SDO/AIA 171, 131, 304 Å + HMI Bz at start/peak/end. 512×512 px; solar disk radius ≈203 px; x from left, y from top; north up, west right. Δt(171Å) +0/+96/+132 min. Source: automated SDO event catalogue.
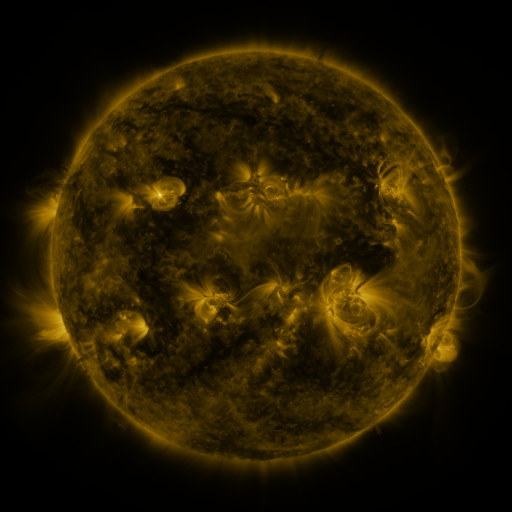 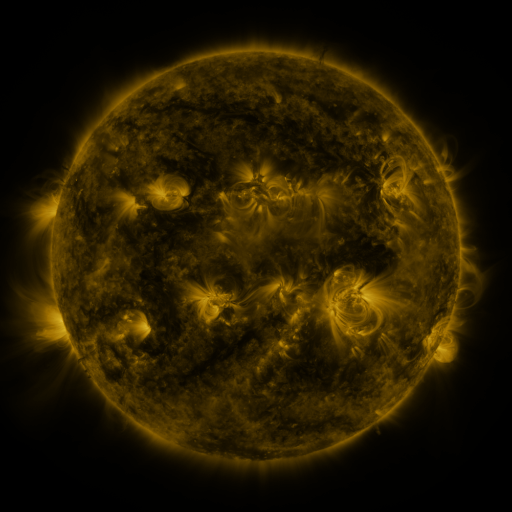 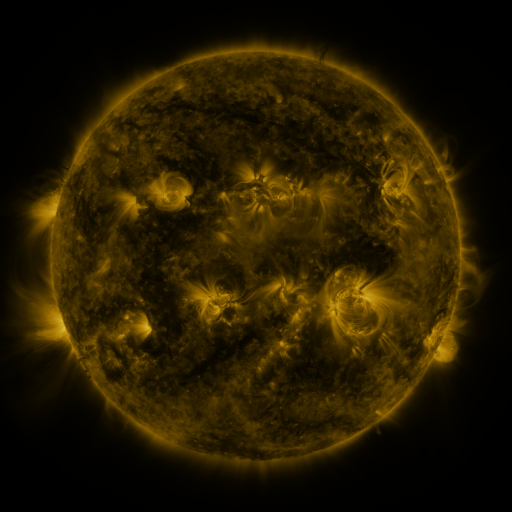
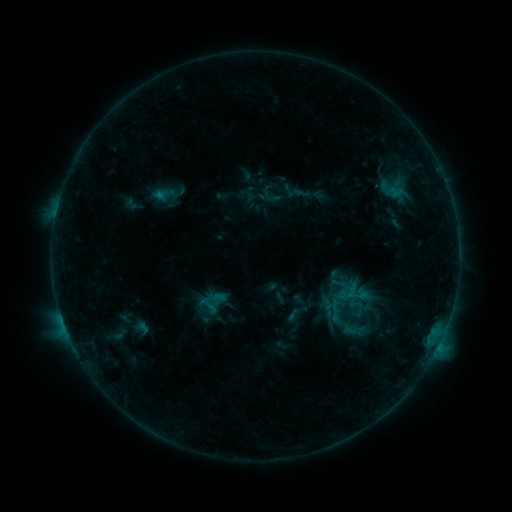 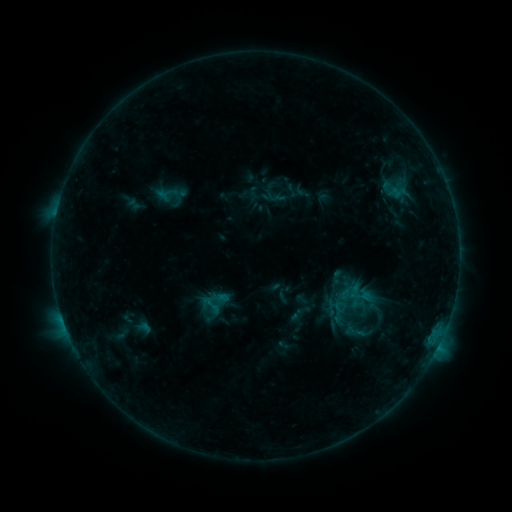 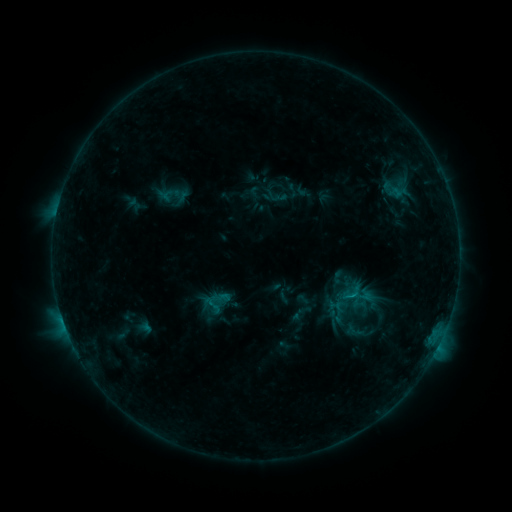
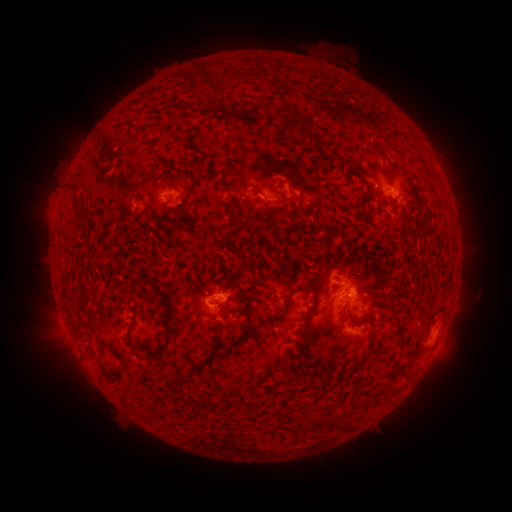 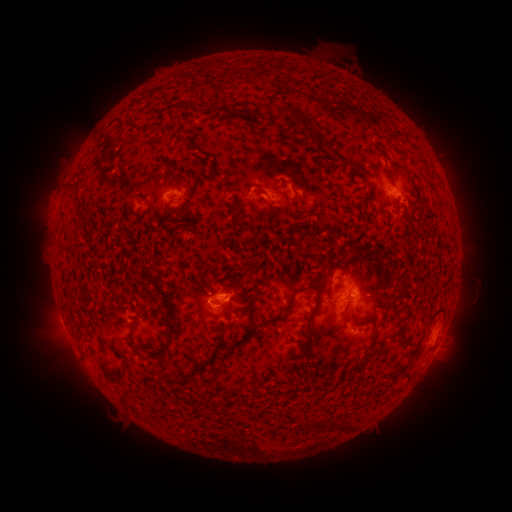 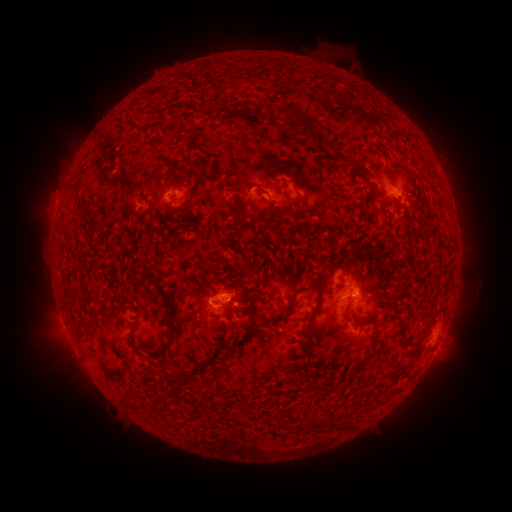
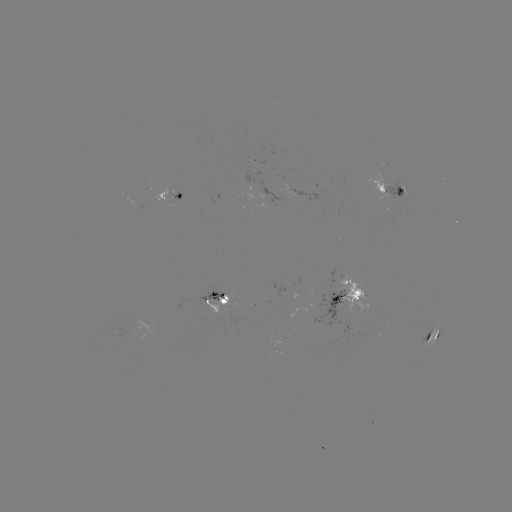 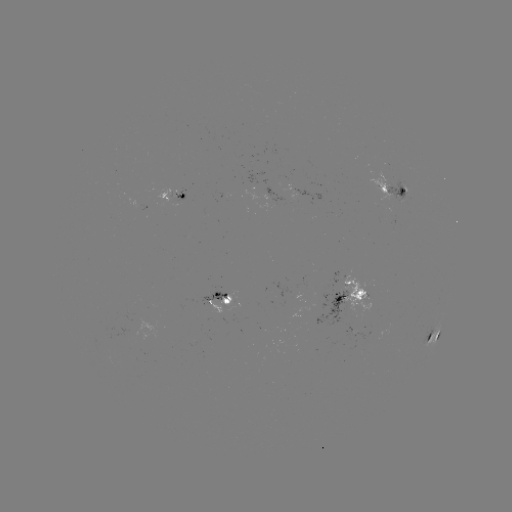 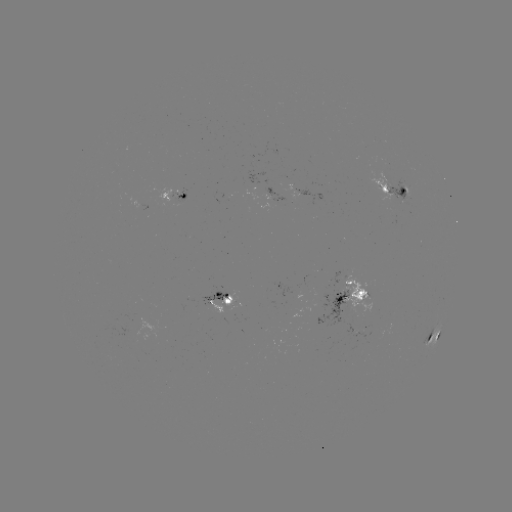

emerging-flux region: (310, 290, 346, 328)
